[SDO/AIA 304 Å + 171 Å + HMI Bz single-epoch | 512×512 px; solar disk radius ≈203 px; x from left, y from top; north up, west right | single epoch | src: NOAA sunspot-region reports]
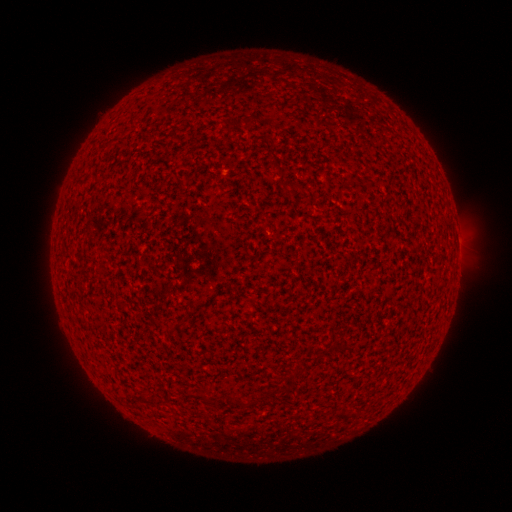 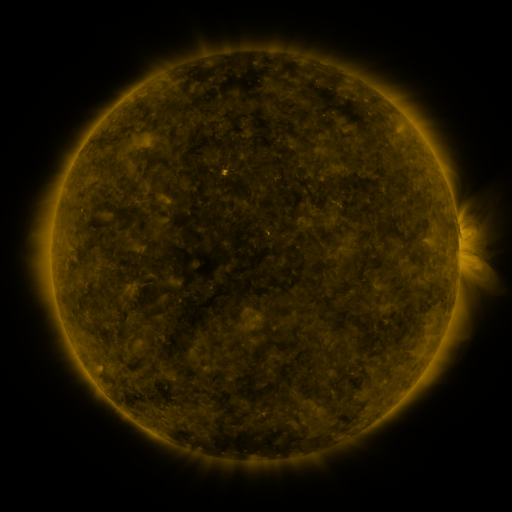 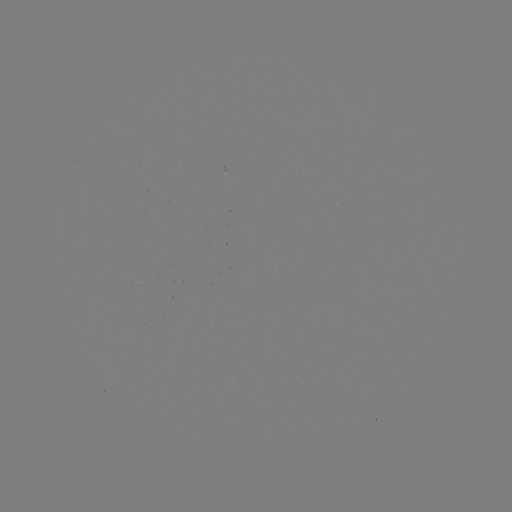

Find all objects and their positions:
(none)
